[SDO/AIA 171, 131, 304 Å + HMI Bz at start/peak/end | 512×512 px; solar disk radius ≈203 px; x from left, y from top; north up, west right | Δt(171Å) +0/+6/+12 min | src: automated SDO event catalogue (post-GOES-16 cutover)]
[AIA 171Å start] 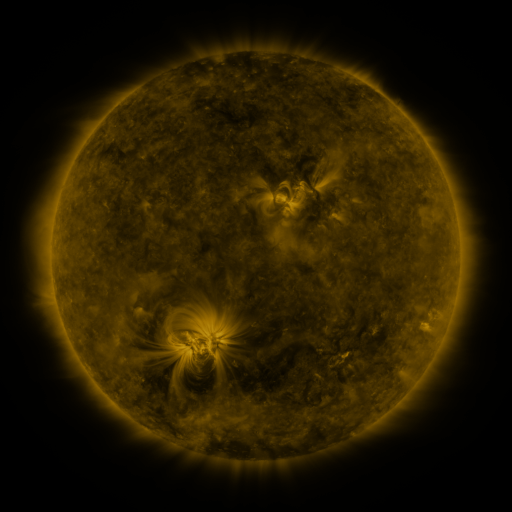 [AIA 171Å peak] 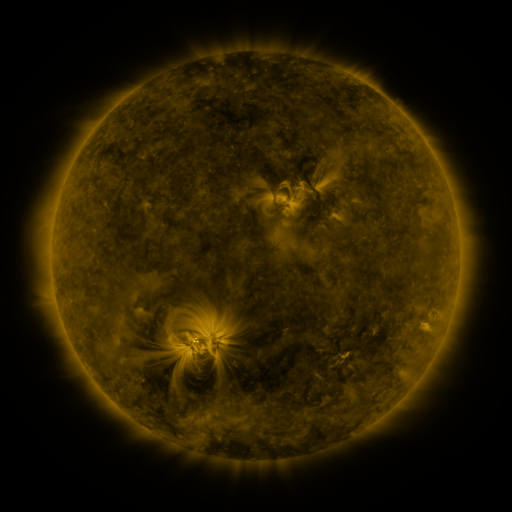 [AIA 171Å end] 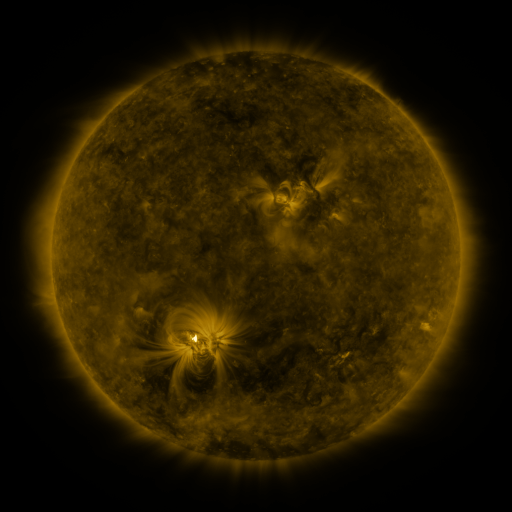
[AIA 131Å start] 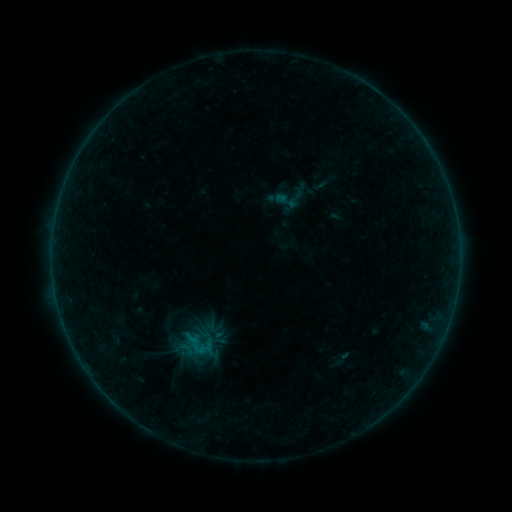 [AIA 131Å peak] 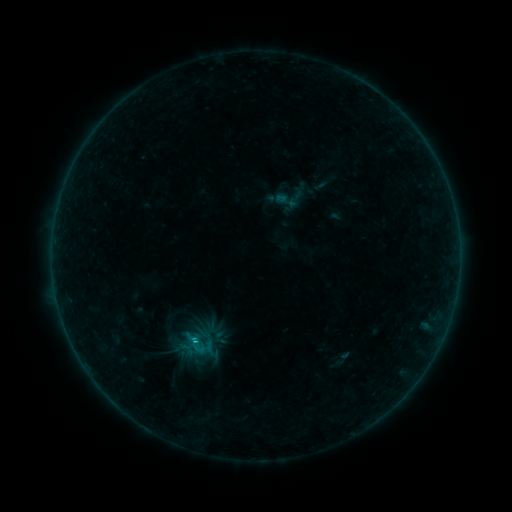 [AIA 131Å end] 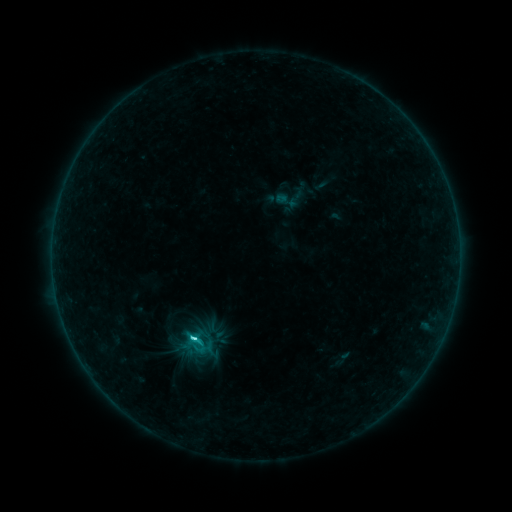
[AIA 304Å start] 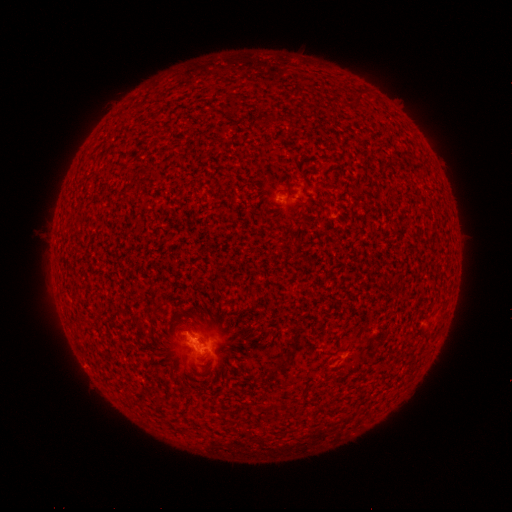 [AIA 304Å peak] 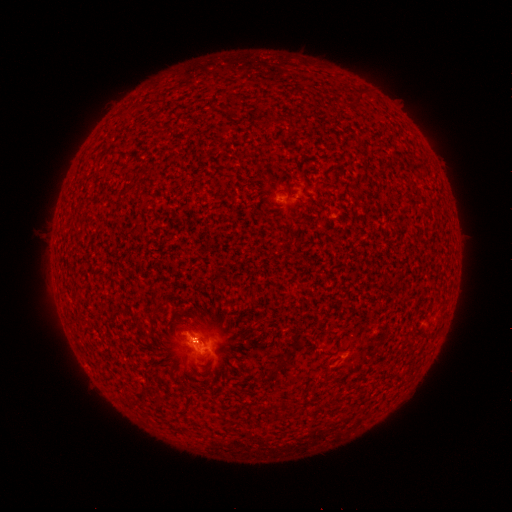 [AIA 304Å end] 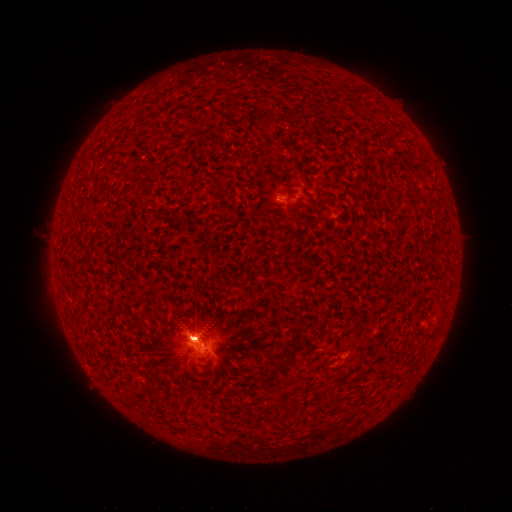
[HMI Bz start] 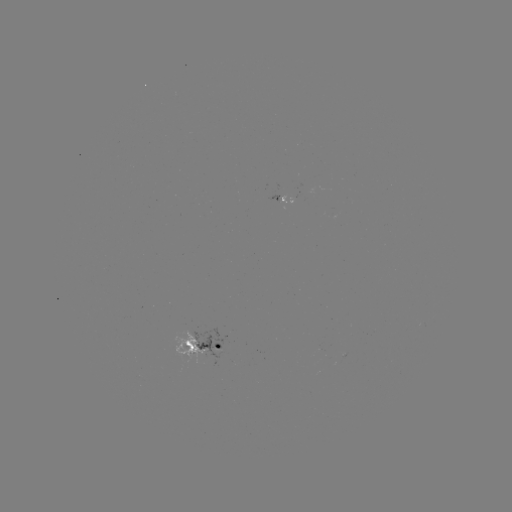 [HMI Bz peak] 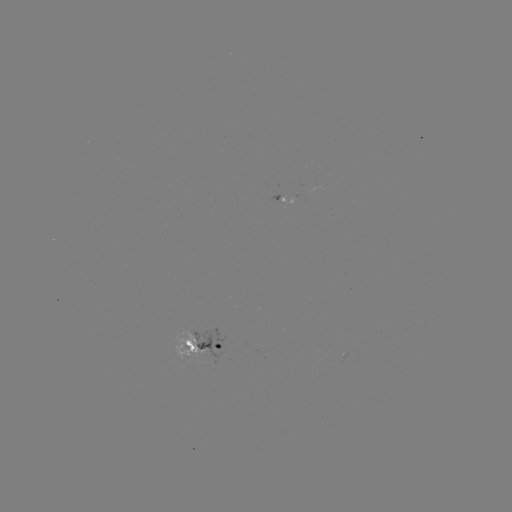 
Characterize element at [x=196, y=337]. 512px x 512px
B5.3 flare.